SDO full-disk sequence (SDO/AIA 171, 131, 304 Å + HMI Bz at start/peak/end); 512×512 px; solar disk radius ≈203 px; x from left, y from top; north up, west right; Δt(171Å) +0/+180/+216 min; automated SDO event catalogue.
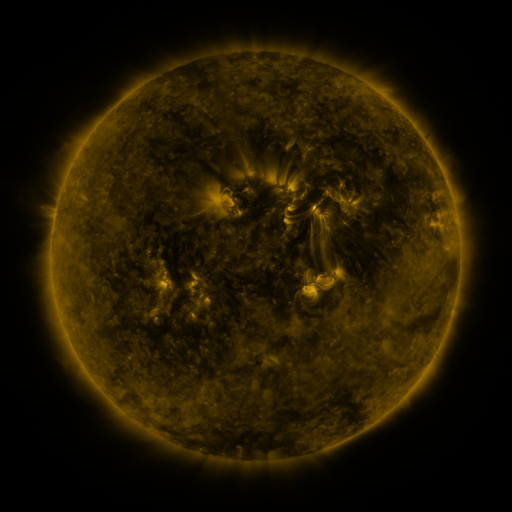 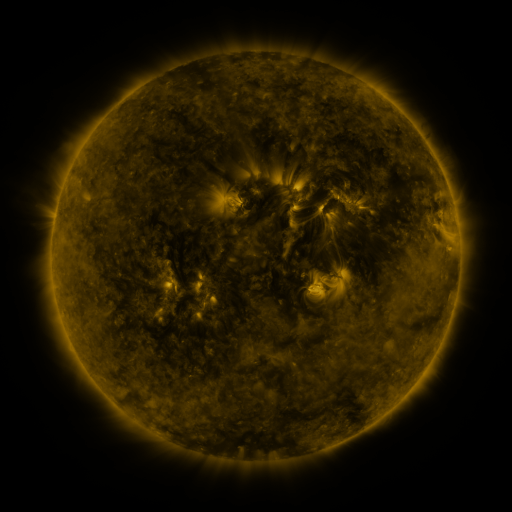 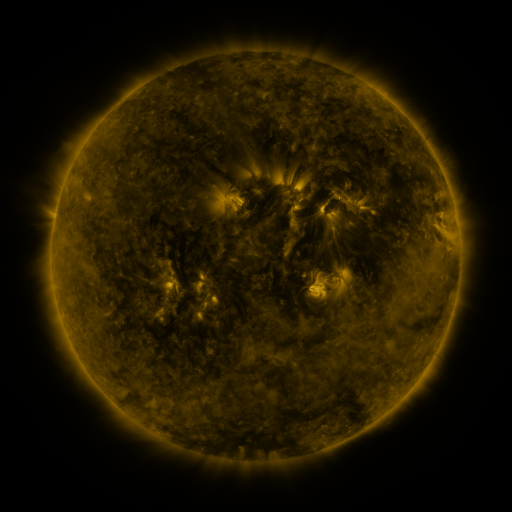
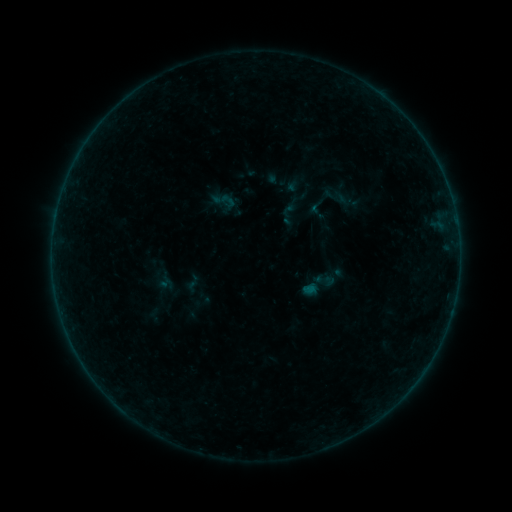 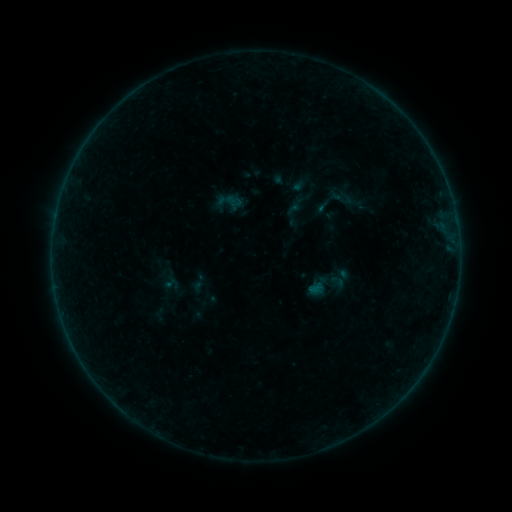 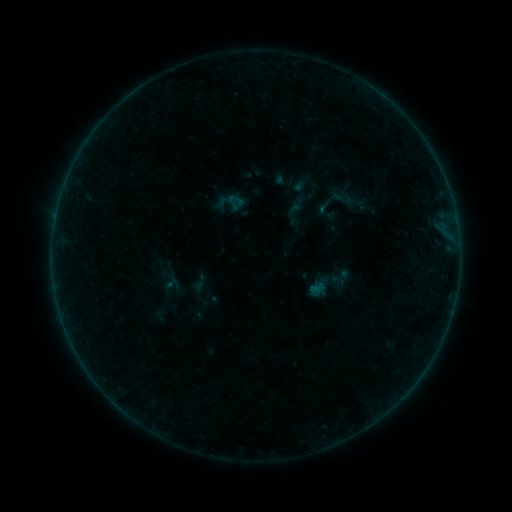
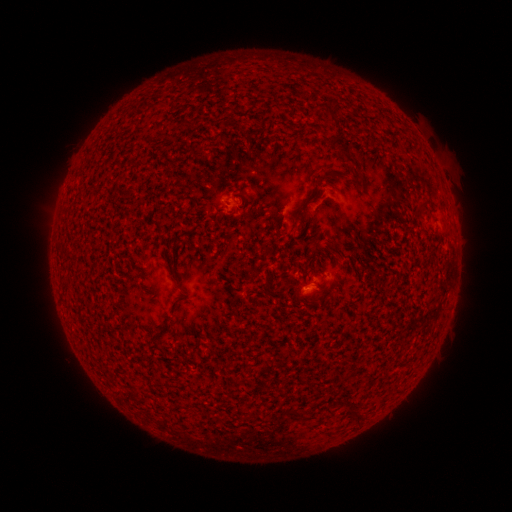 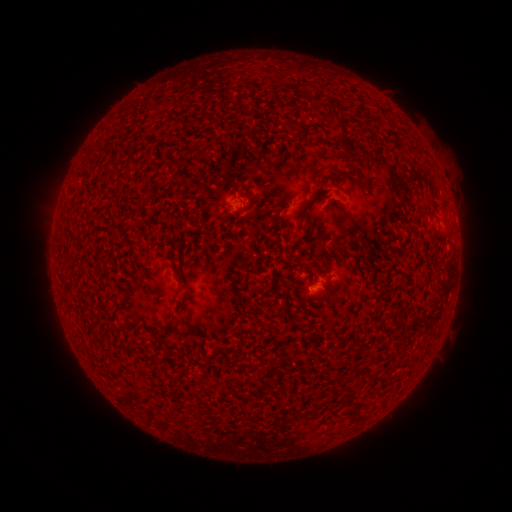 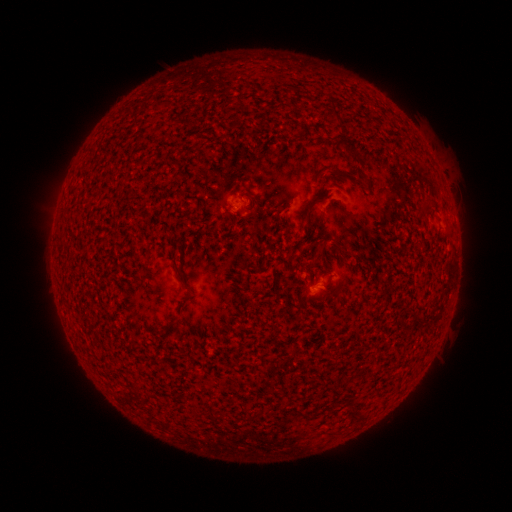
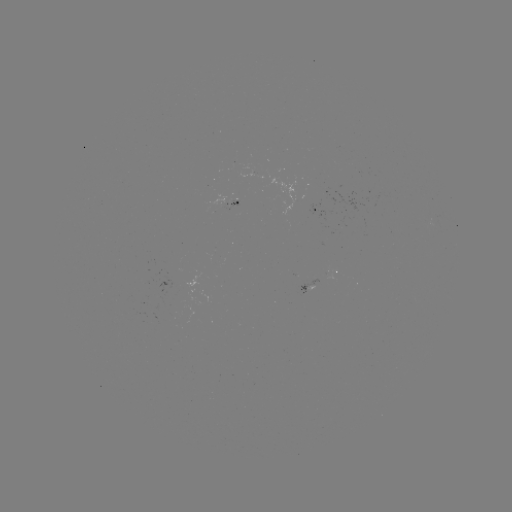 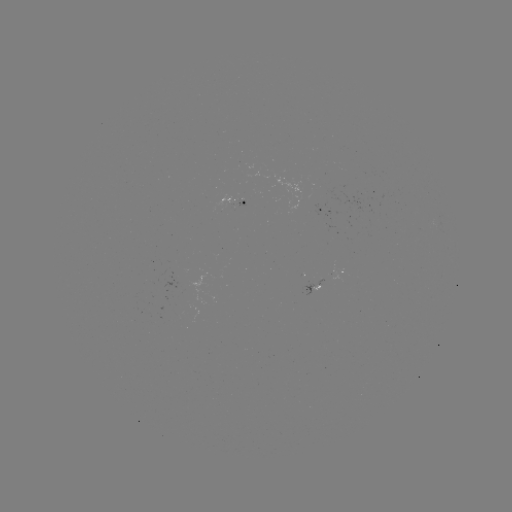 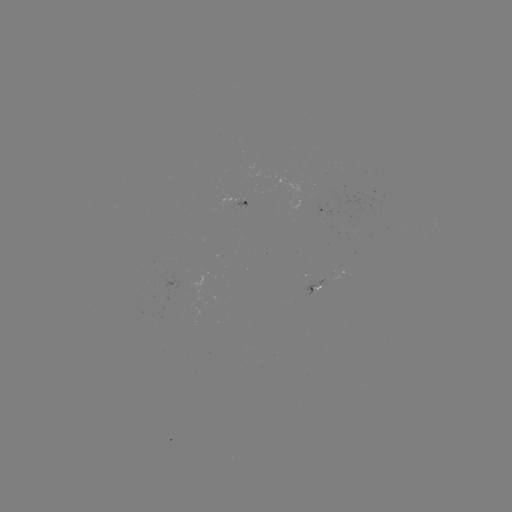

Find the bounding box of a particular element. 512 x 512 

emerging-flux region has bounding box [233, 199, 244, 208].